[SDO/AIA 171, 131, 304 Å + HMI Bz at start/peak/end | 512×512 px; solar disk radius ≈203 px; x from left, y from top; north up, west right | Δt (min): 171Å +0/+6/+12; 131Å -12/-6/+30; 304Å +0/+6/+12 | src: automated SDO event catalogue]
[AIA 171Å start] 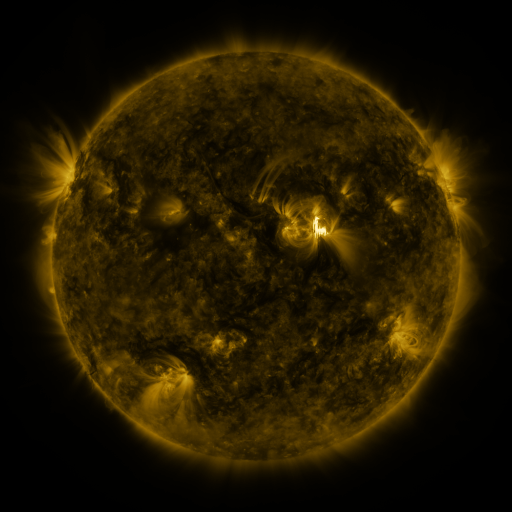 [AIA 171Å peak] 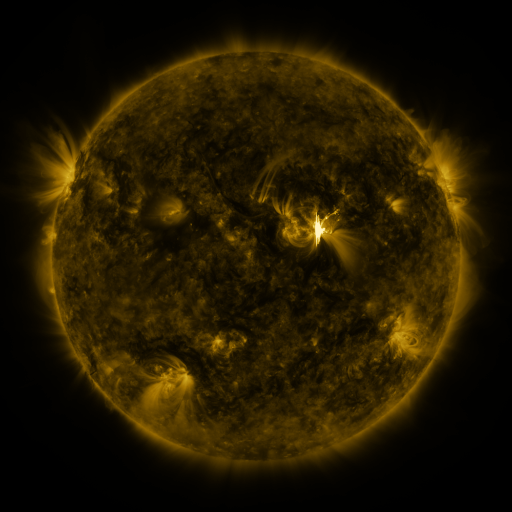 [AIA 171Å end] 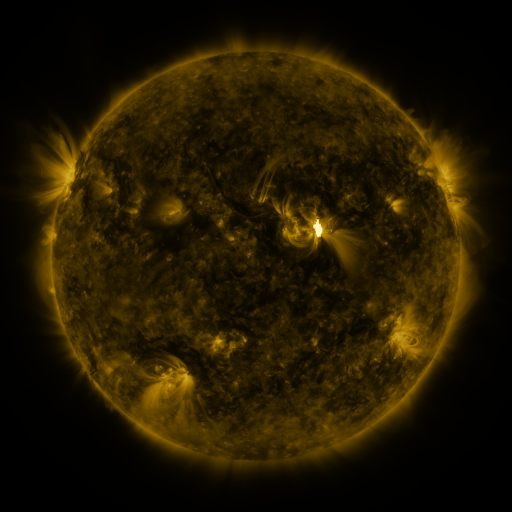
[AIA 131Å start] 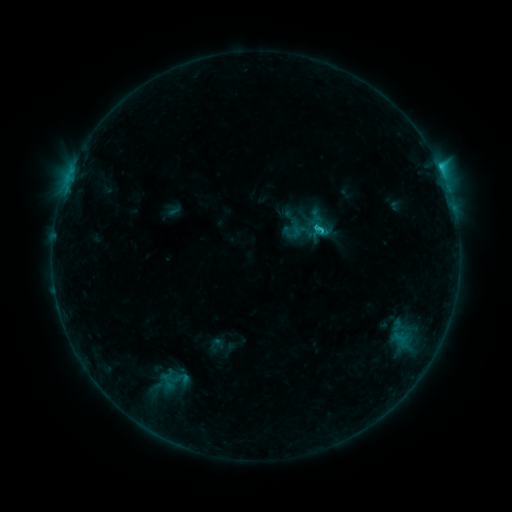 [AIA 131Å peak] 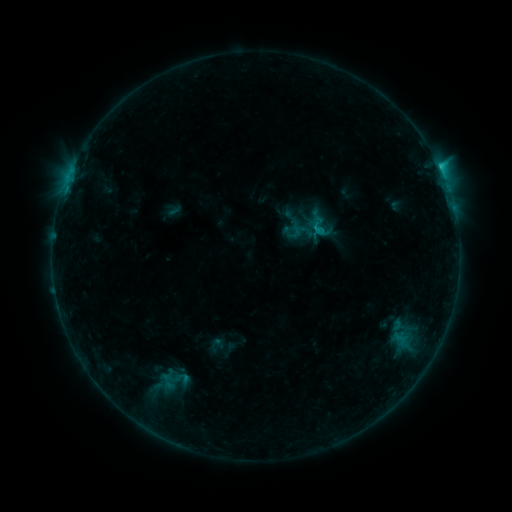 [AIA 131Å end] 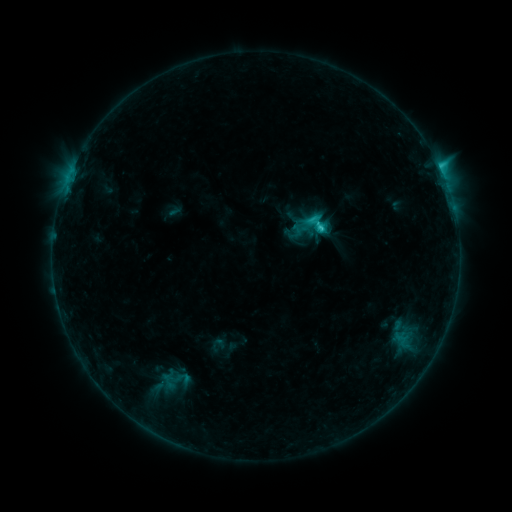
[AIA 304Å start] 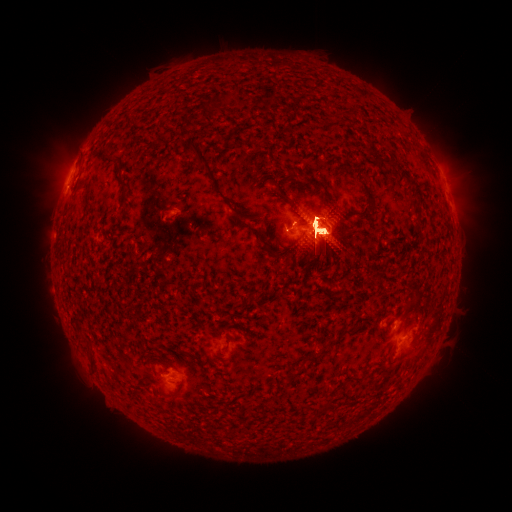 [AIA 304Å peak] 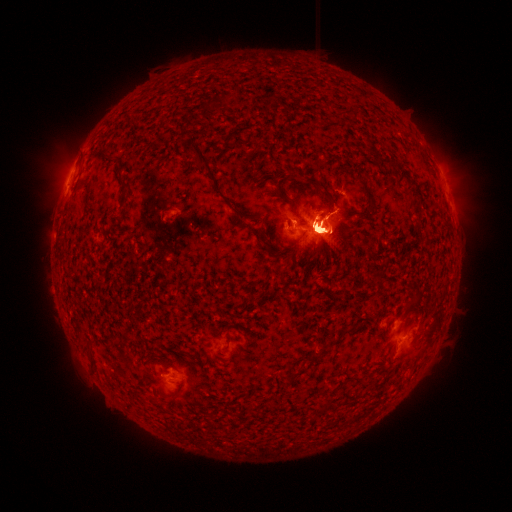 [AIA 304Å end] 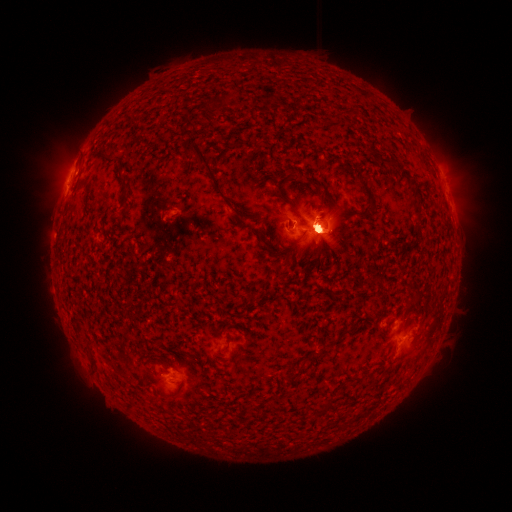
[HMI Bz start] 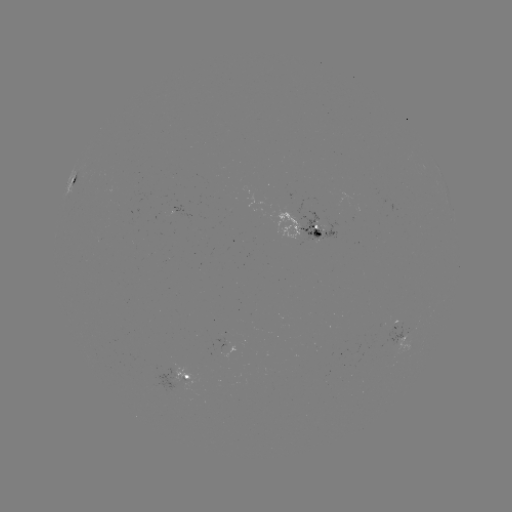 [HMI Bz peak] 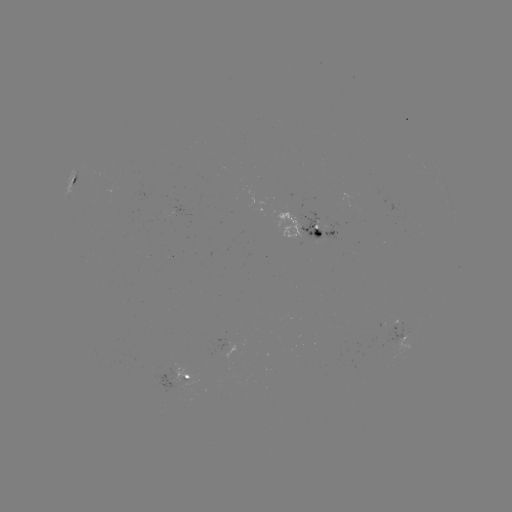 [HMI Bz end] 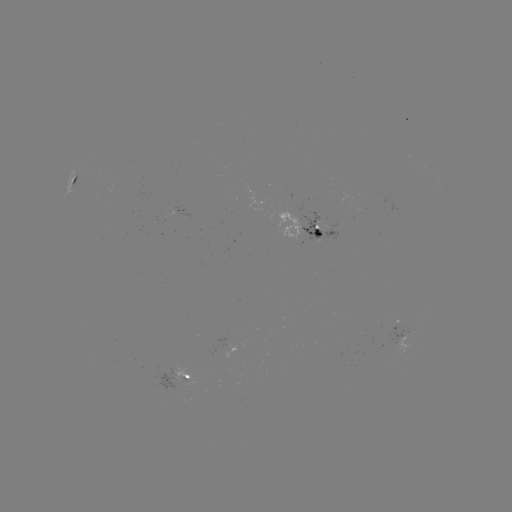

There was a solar eruption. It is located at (419, 341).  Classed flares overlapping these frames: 1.